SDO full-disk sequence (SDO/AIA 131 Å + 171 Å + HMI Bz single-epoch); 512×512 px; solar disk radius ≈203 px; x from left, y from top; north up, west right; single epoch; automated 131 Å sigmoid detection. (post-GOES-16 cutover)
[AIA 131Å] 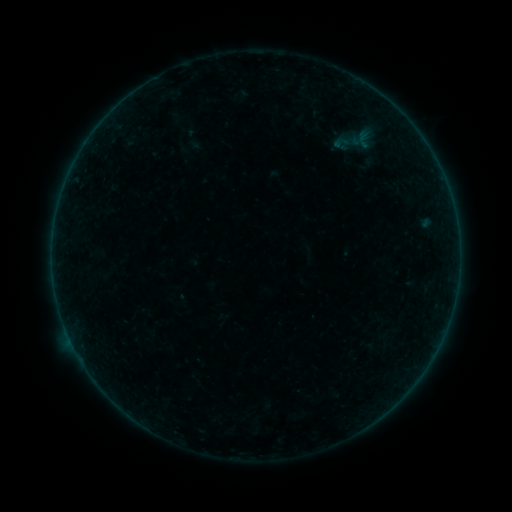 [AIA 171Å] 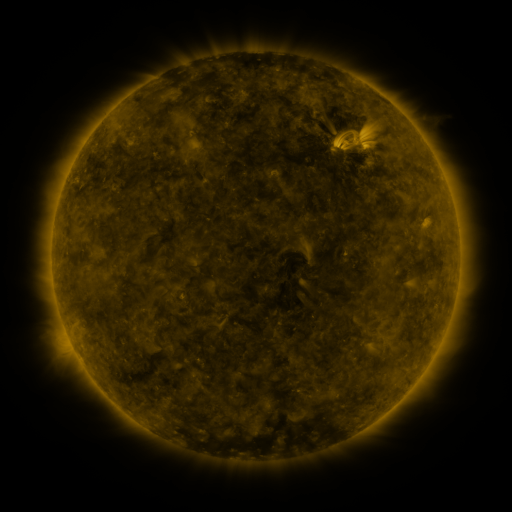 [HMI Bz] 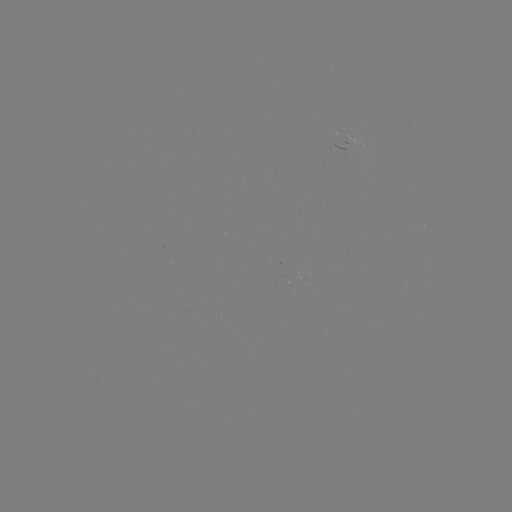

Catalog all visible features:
sigmoid: (341, 142)
